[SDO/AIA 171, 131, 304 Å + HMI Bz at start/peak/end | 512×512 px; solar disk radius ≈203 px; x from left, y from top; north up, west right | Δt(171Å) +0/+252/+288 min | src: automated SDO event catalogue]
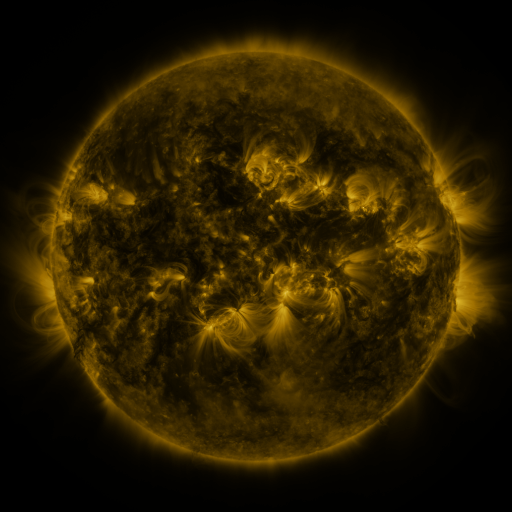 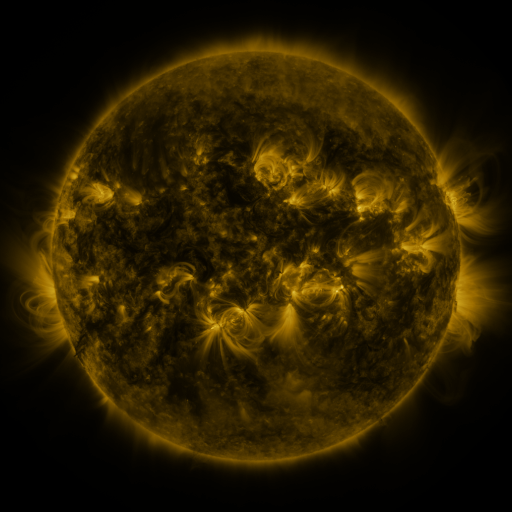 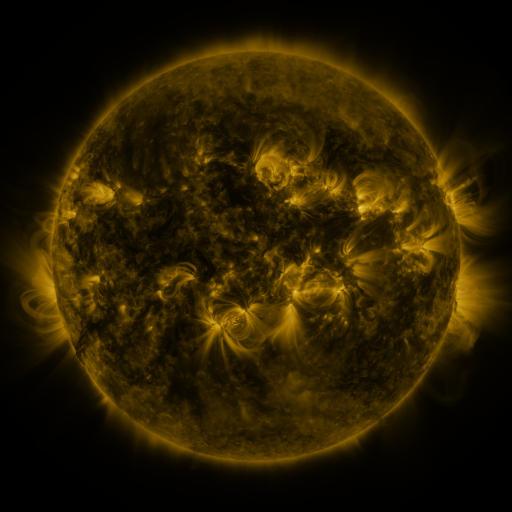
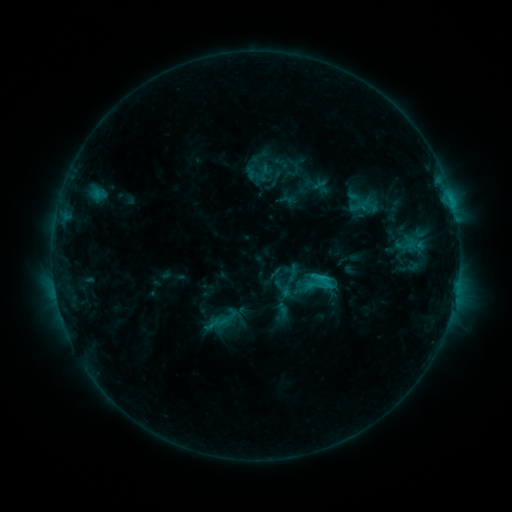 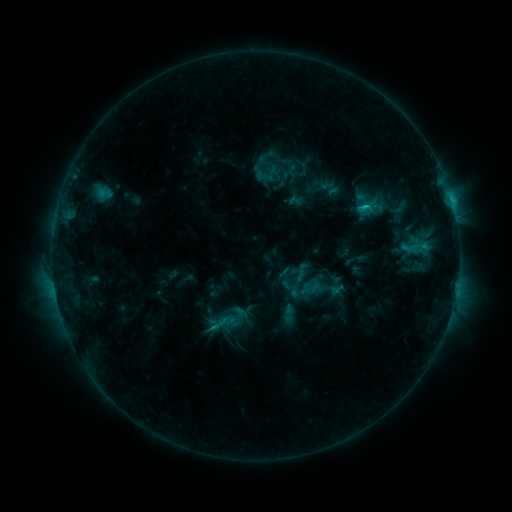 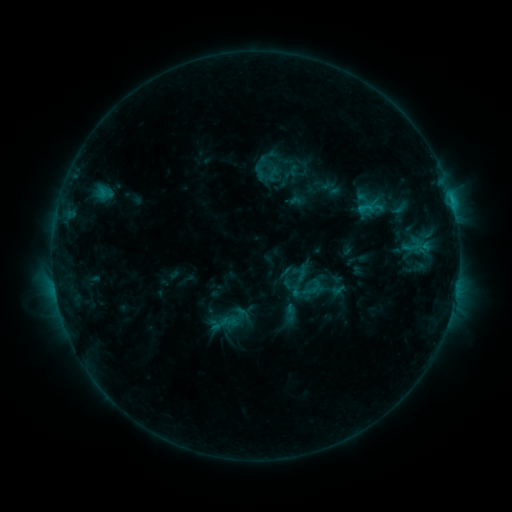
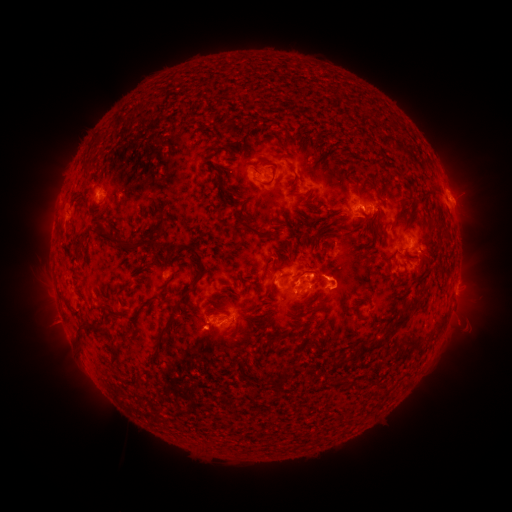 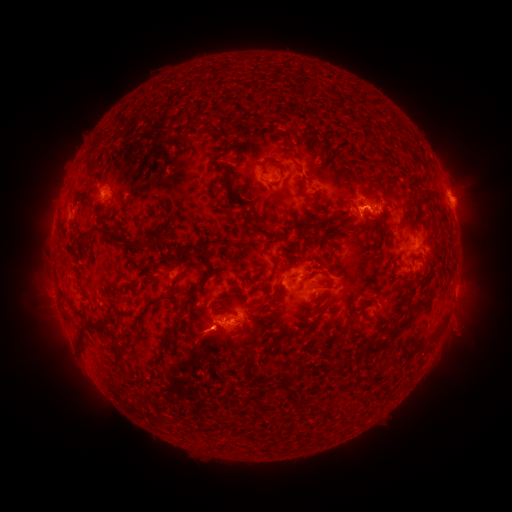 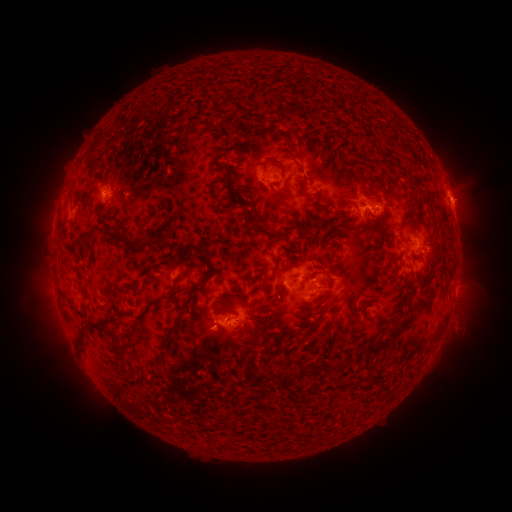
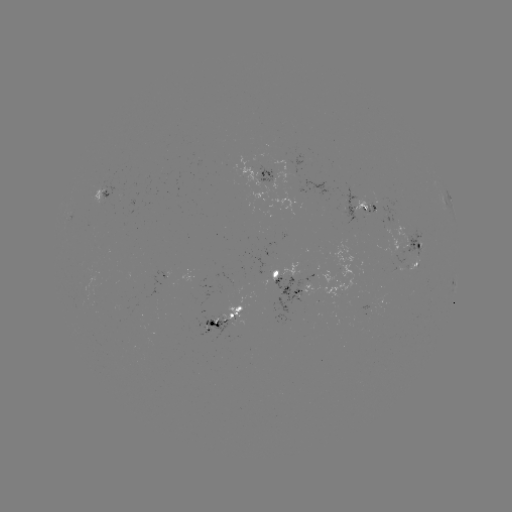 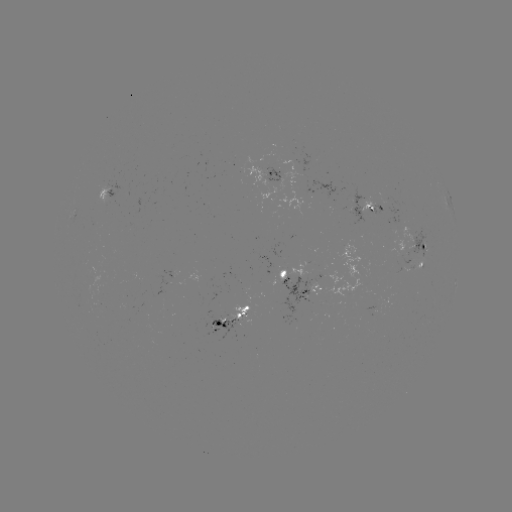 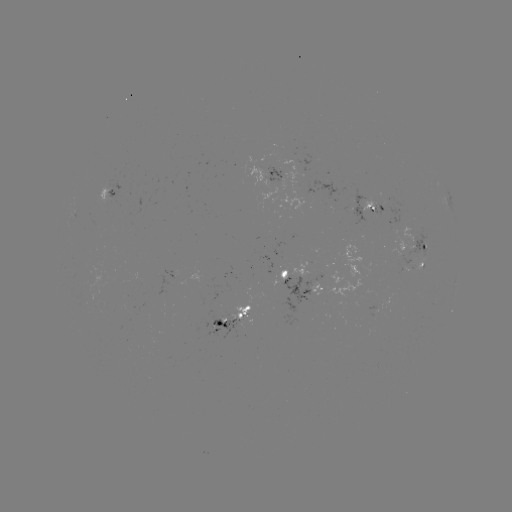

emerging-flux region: <bbox>277, 261, 310, 282</bbox>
